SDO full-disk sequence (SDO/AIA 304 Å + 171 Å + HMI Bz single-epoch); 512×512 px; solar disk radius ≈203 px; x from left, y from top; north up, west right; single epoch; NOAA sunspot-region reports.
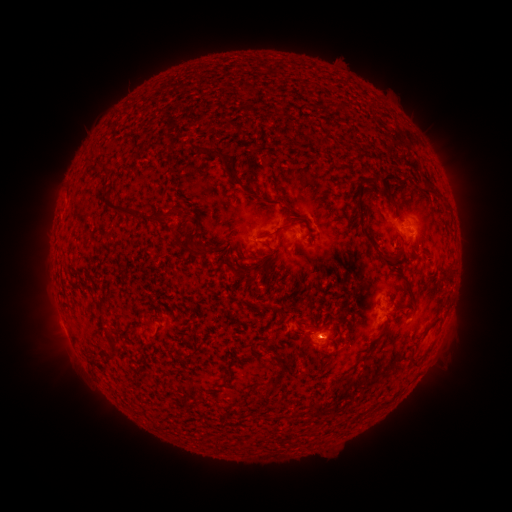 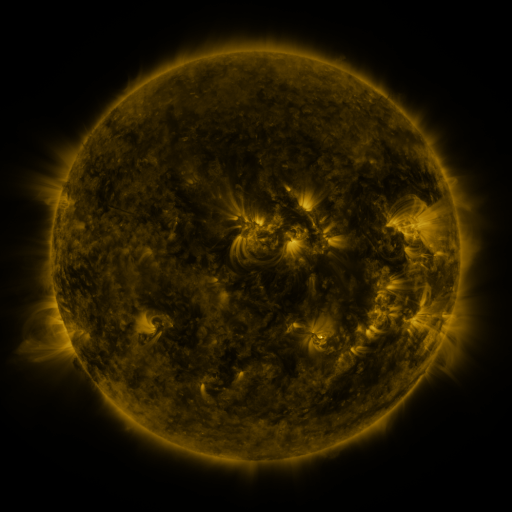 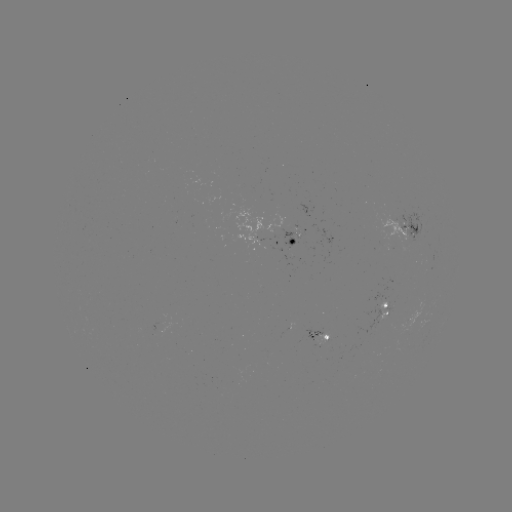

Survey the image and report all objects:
spotted active region: (408, 230)
spotted active region: (273, 242)
spotted active region: (387, 310)
spotted active region: (319, 335)
